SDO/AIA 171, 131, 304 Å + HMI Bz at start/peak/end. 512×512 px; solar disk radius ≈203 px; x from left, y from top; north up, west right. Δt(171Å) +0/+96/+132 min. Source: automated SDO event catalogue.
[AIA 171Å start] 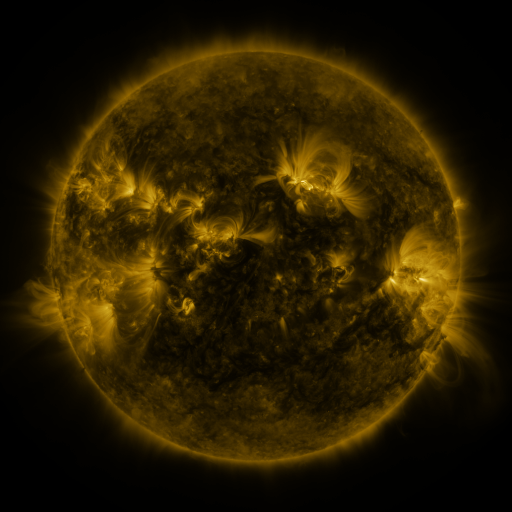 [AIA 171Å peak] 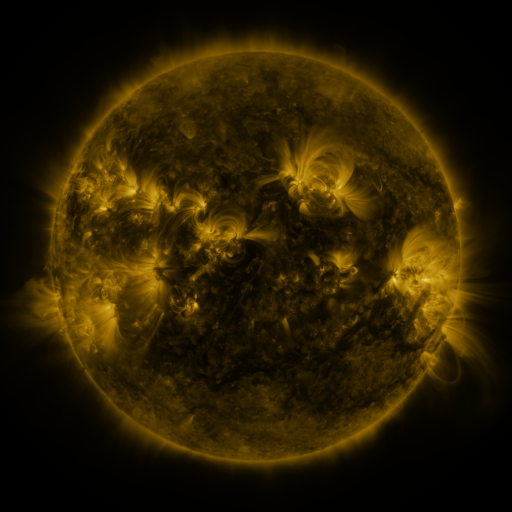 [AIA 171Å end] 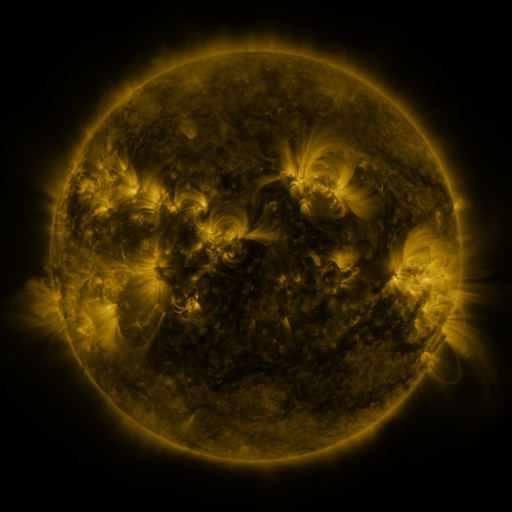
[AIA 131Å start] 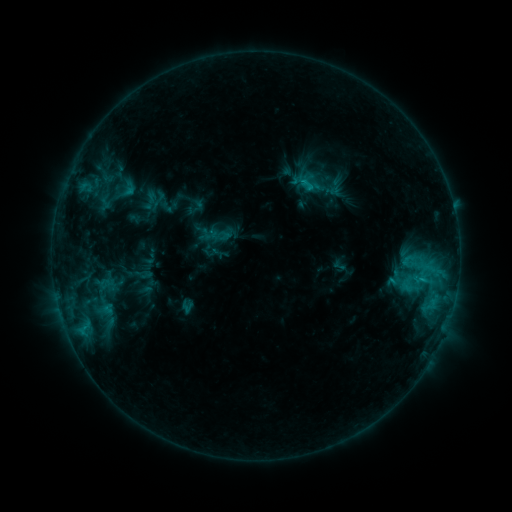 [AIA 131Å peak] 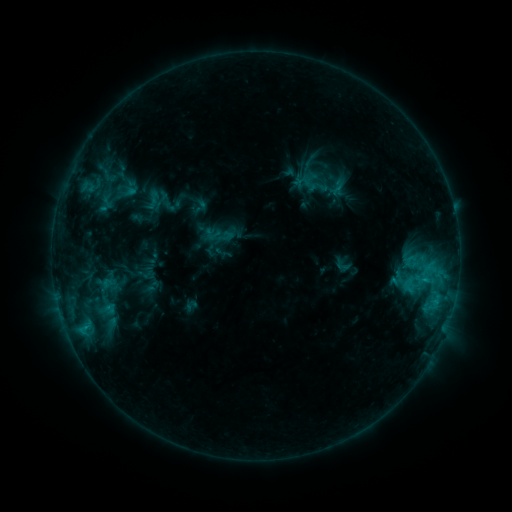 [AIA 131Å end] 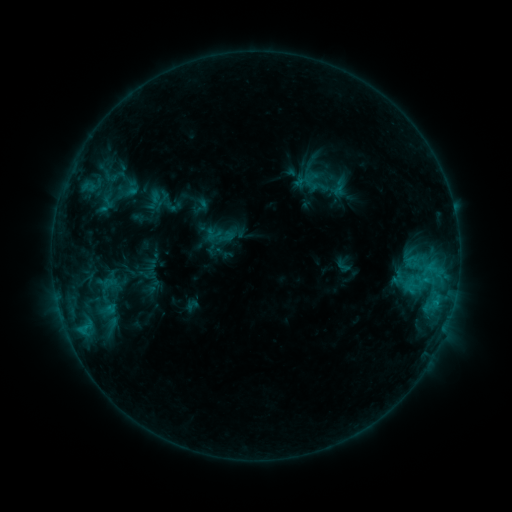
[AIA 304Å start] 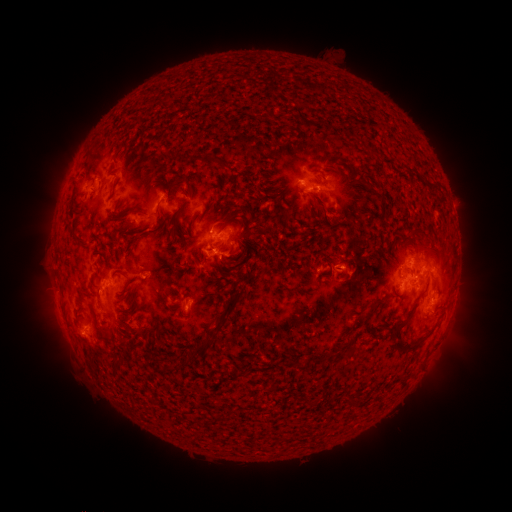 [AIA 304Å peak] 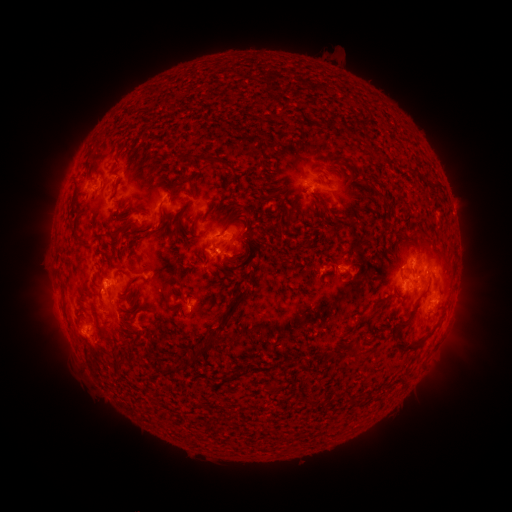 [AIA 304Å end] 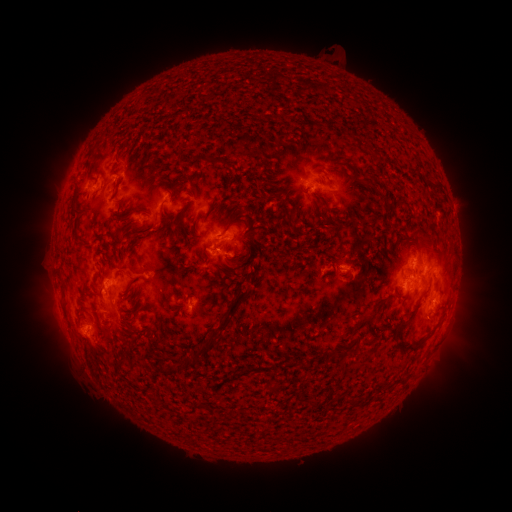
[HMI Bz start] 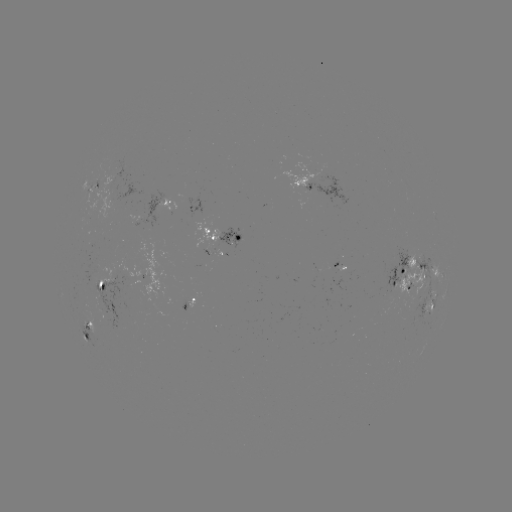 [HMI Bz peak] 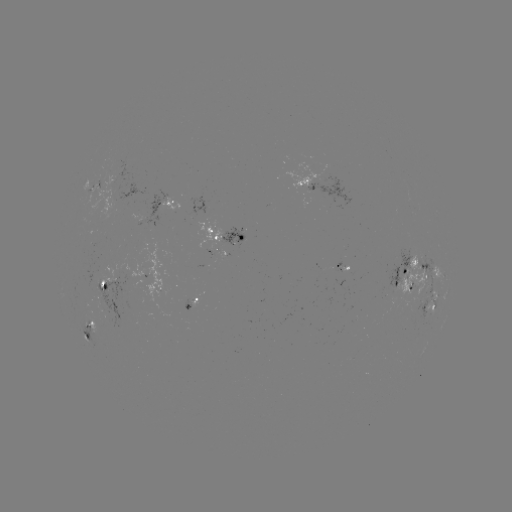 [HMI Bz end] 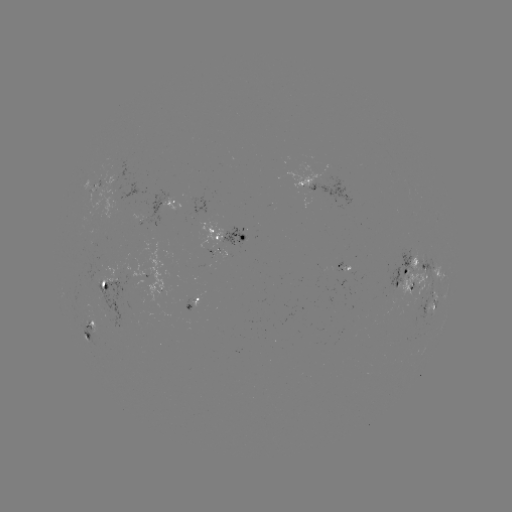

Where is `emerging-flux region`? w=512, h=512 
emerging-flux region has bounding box [204, 249, 216, 255].